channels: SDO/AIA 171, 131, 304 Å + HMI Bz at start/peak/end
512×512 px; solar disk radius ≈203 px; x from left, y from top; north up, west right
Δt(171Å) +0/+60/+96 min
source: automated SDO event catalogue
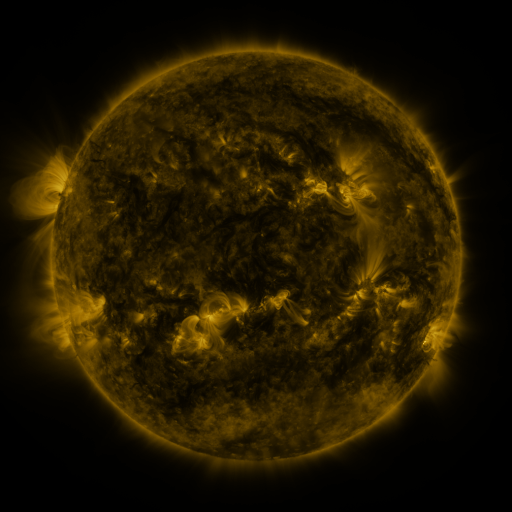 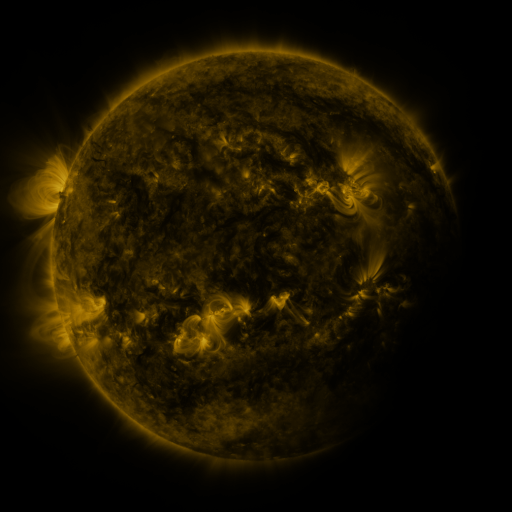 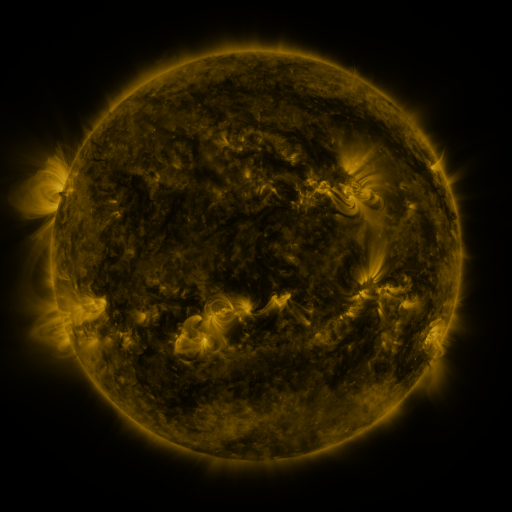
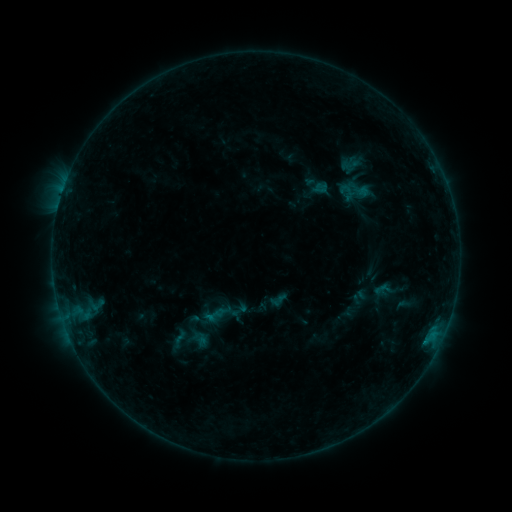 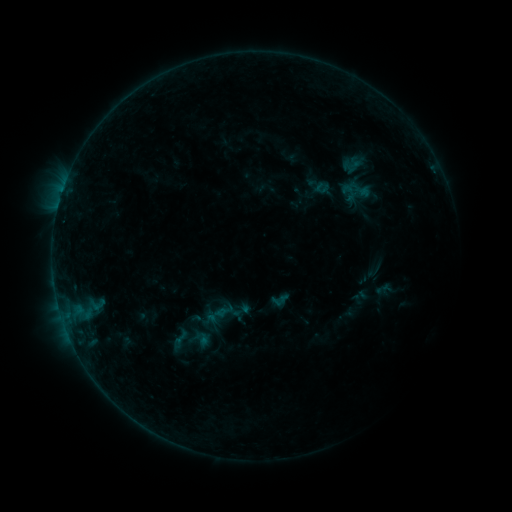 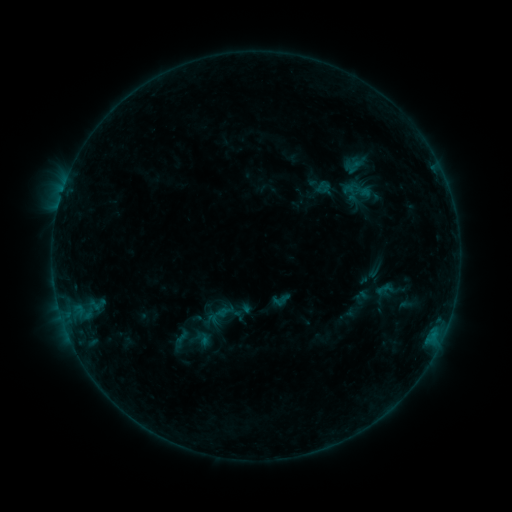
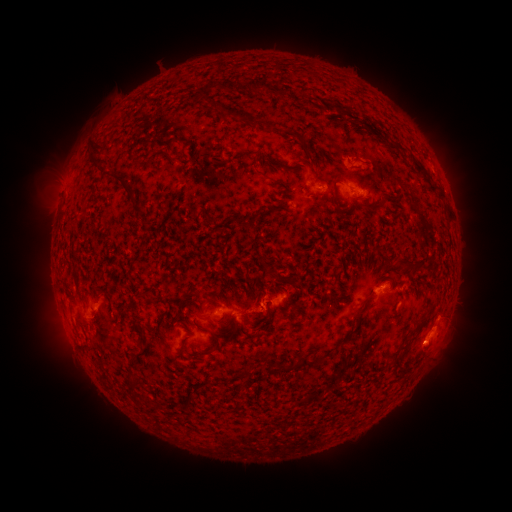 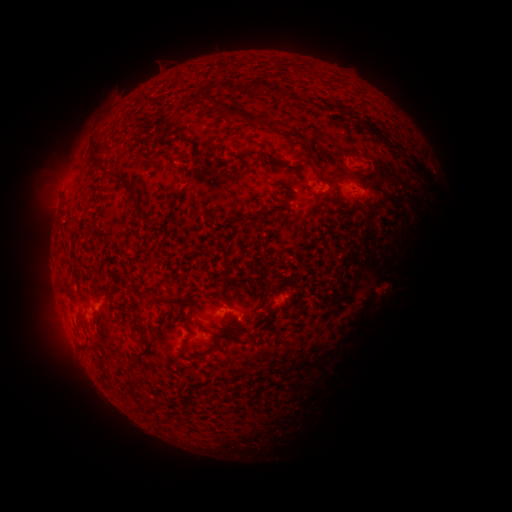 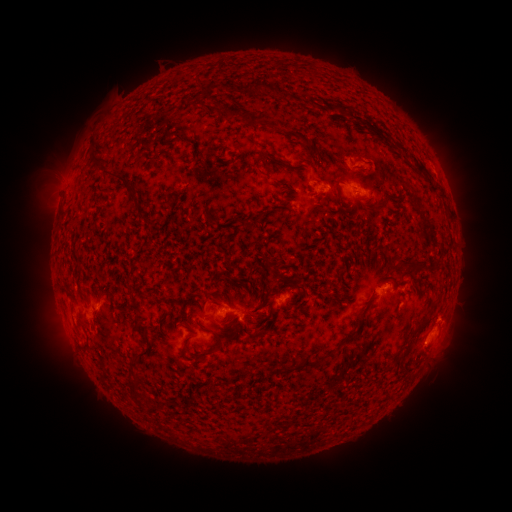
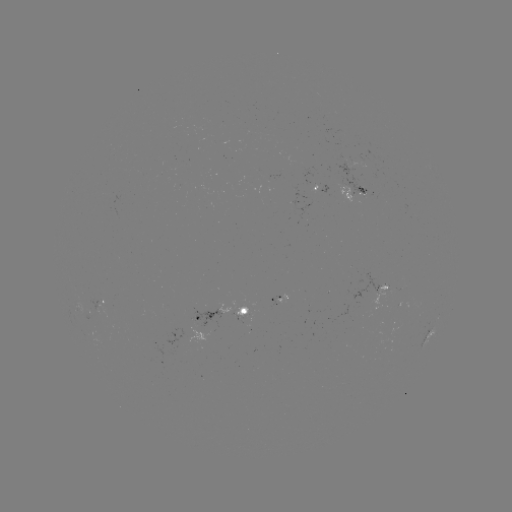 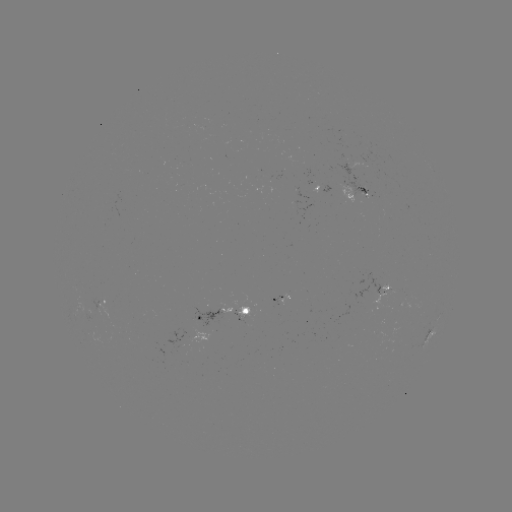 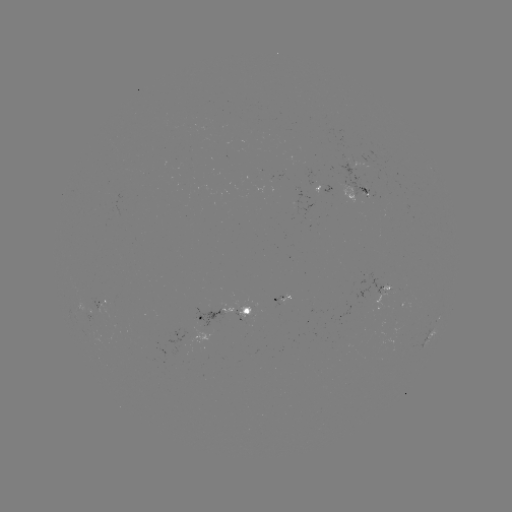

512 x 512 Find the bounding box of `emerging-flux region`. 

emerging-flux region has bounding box [253, 173, 272, 191].